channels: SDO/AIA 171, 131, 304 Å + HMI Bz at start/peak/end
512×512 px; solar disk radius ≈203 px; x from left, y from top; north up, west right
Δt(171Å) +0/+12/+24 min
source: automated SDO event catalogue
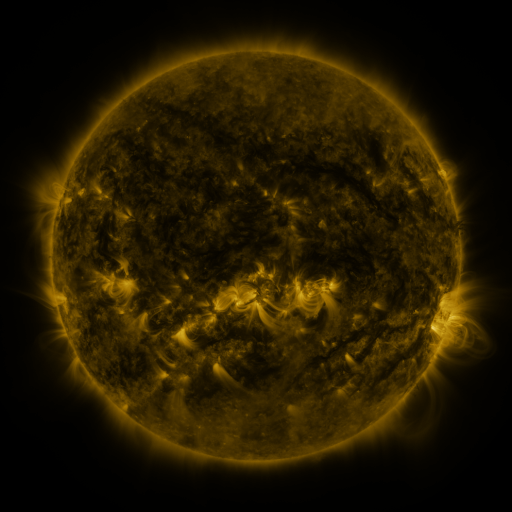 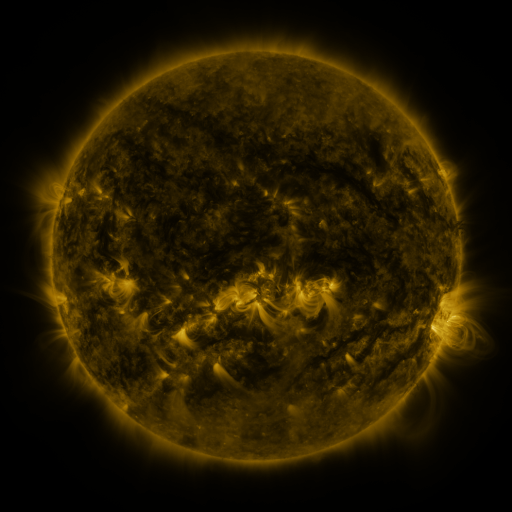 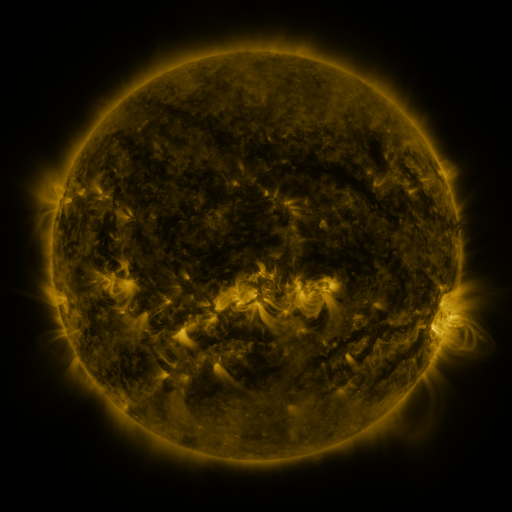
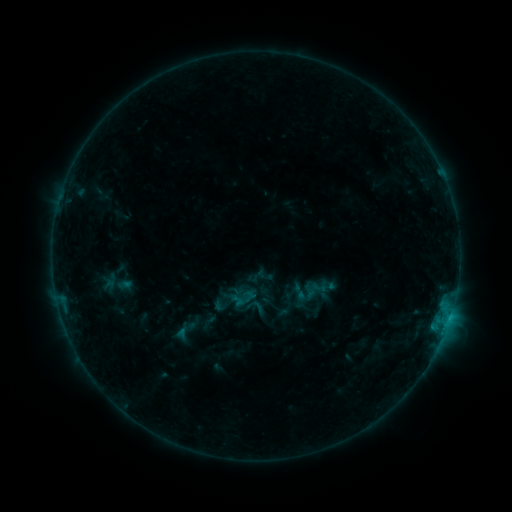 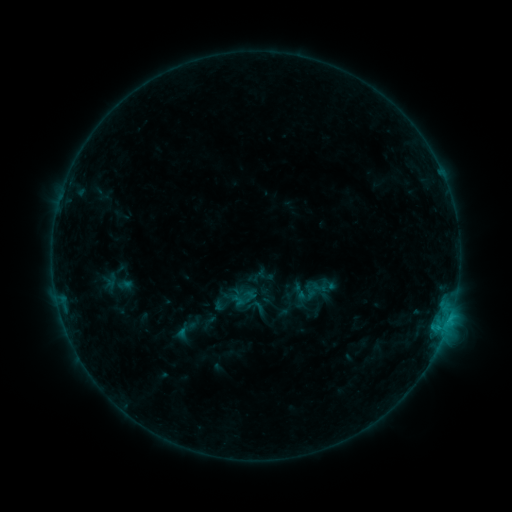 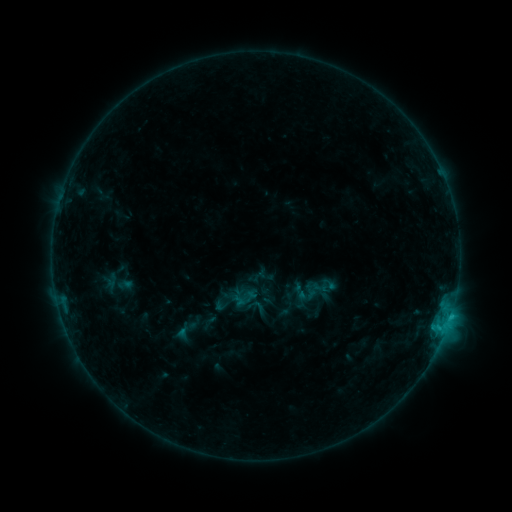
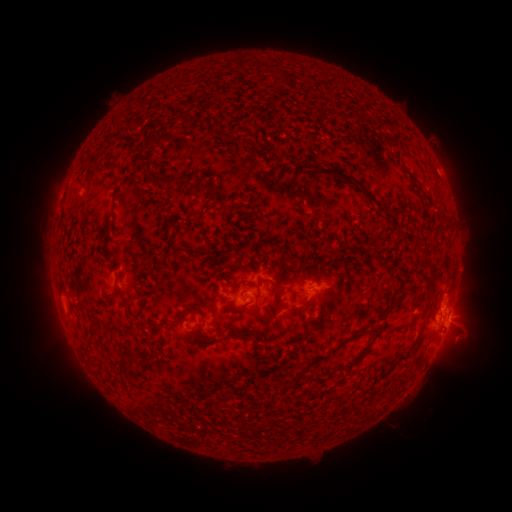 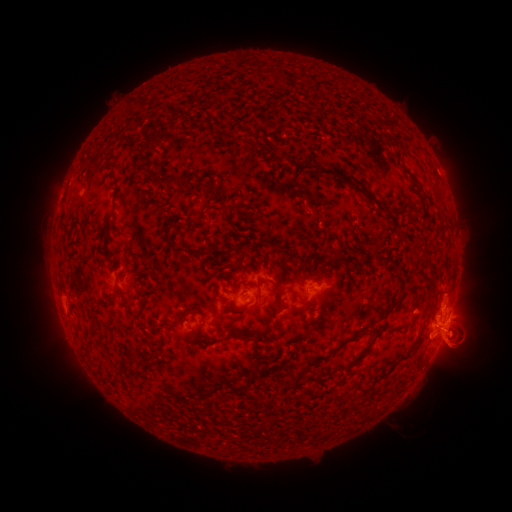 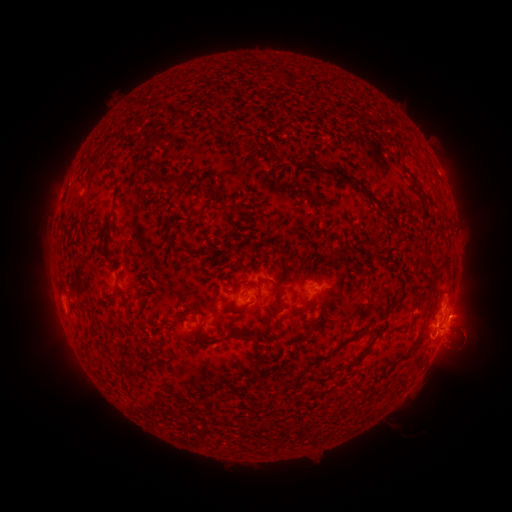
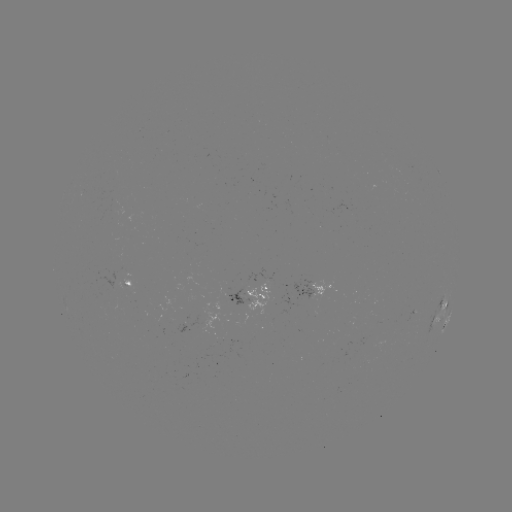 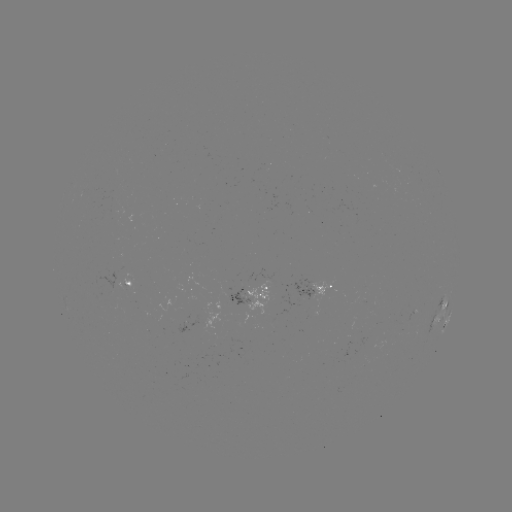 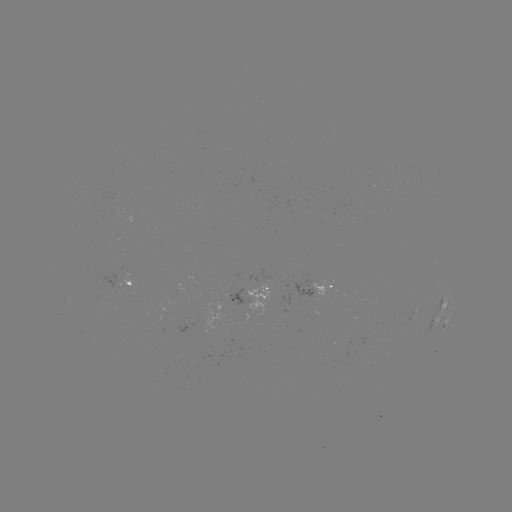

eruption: <bbox>404, 258, 496, 388</bbox>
